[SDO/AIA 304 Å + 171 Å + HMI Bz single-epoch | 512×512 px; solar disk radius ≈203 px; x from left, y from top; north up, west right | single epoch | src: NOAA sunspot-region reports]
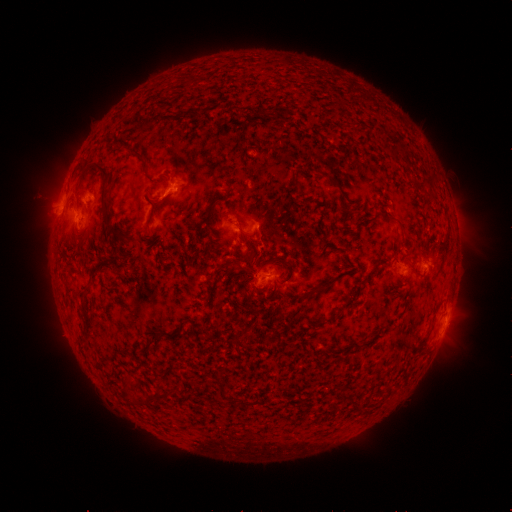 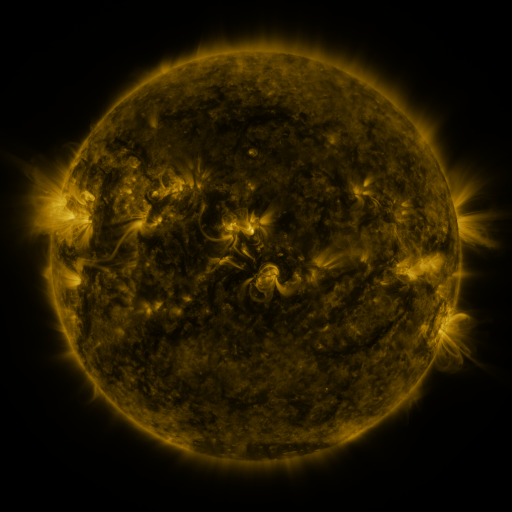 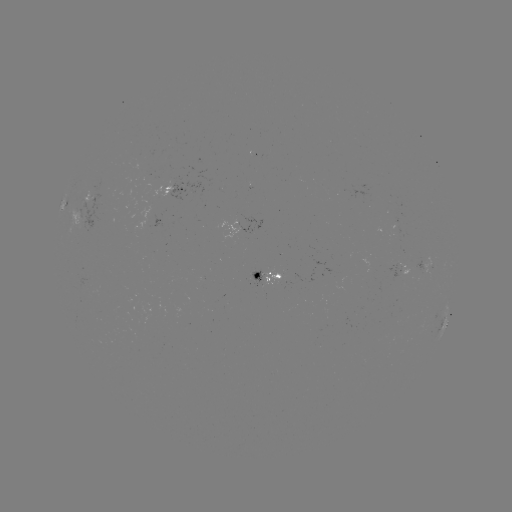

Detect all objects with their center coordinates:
spotted active region: (178, 186)
spotted active region: (89, 211)
spotted active region: (245, 226)
spotted active region: (428, 261)
spotted active region: (401, 265)
spotted active region: (269, 276)
spotted active region: (444, 321)
